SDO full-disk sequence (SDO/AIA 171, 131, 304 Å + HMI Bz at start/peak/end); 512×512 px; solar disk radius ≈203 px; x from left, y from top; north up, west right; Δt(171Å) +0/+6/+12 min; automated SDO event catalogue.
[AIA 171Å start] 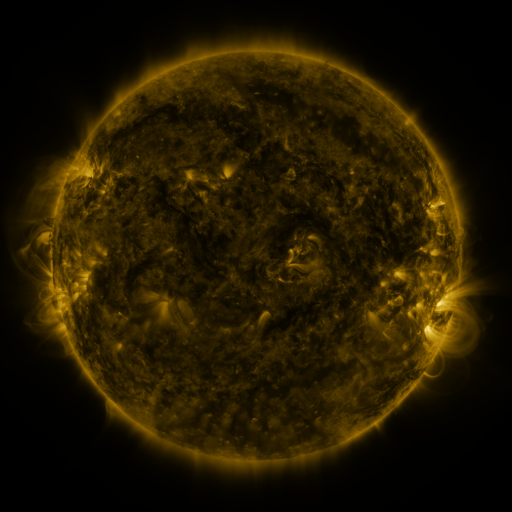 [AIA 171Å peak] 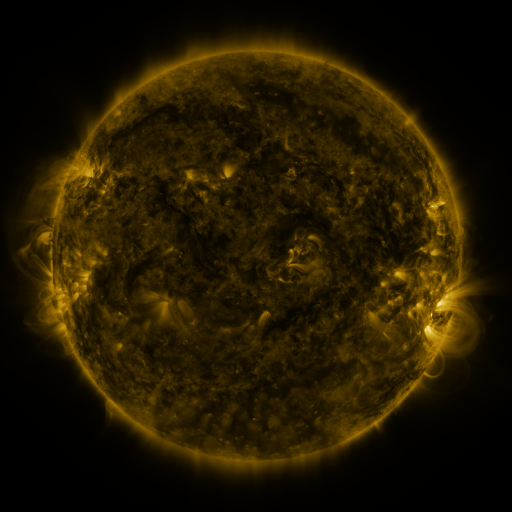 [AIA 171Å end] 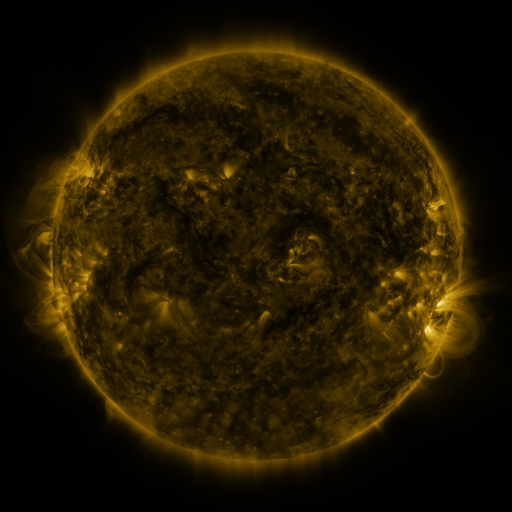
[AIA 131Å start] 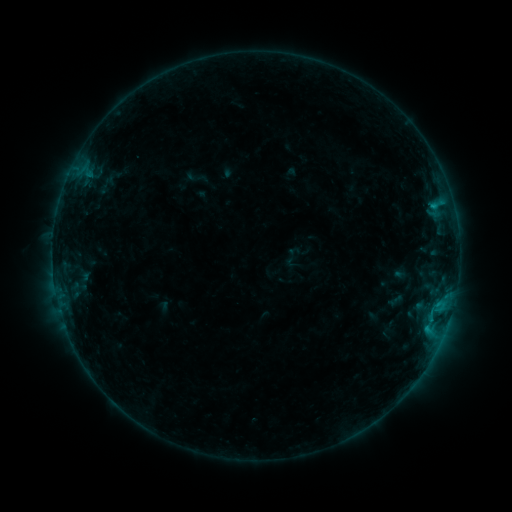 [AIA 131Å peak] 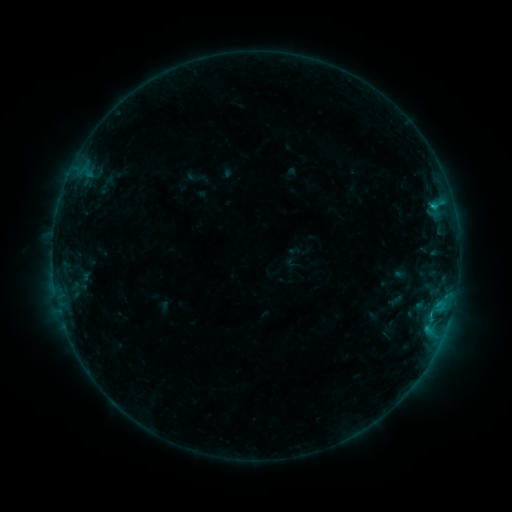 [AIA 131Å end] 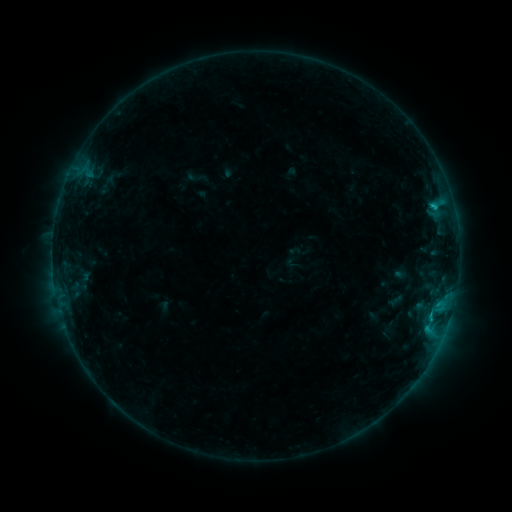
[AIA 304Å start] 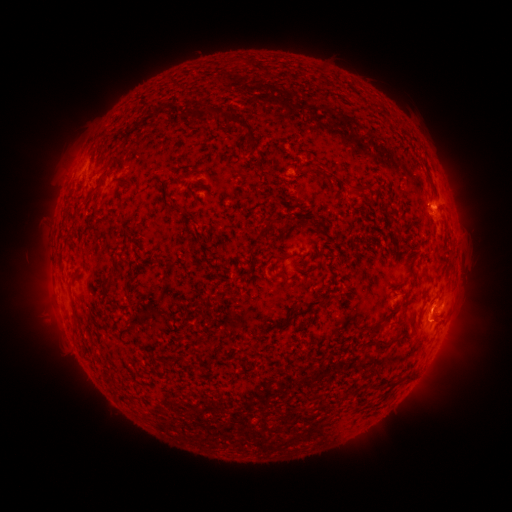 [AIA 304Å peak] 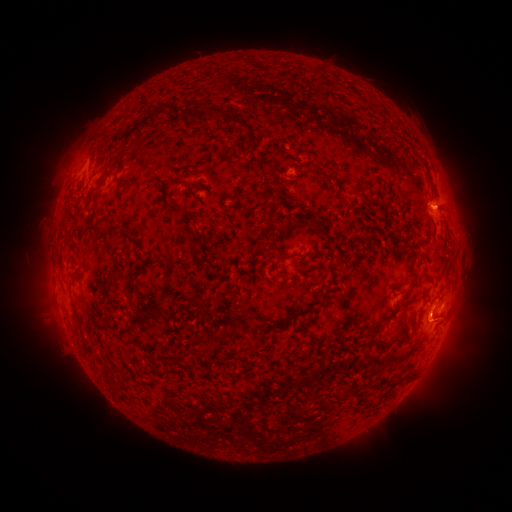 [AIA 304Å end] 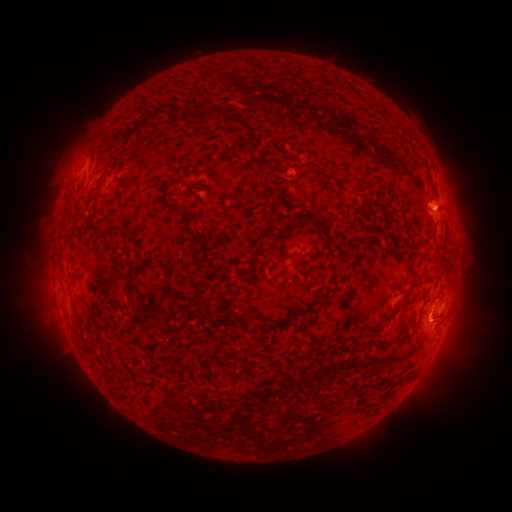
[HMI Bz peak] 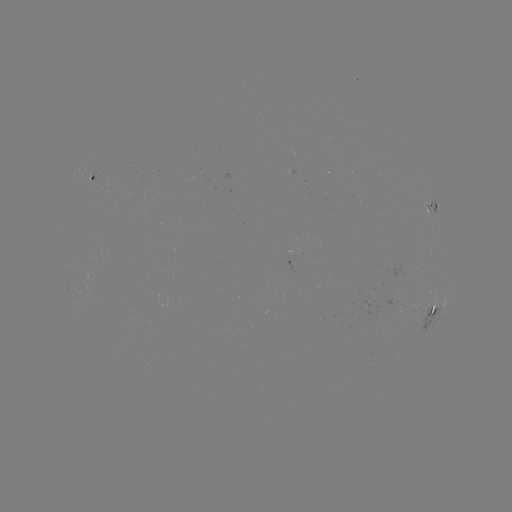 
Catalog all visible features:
eruption: (430, 319)
